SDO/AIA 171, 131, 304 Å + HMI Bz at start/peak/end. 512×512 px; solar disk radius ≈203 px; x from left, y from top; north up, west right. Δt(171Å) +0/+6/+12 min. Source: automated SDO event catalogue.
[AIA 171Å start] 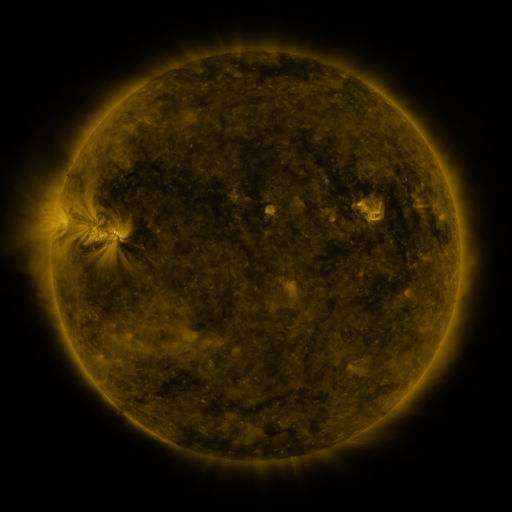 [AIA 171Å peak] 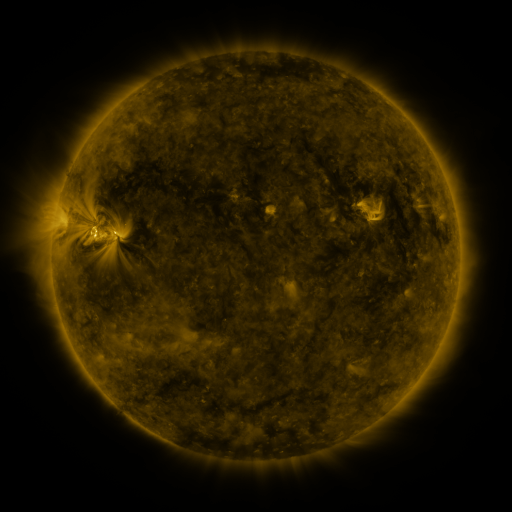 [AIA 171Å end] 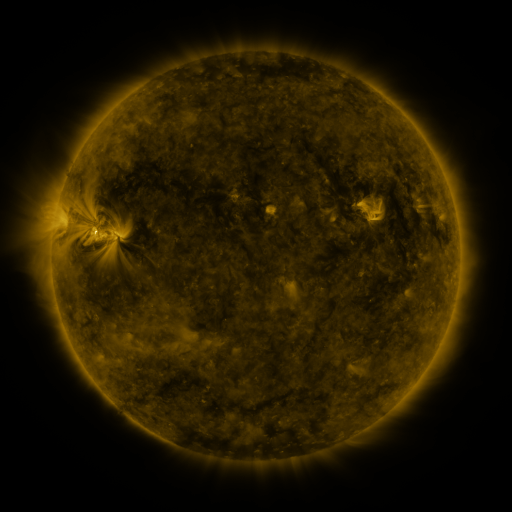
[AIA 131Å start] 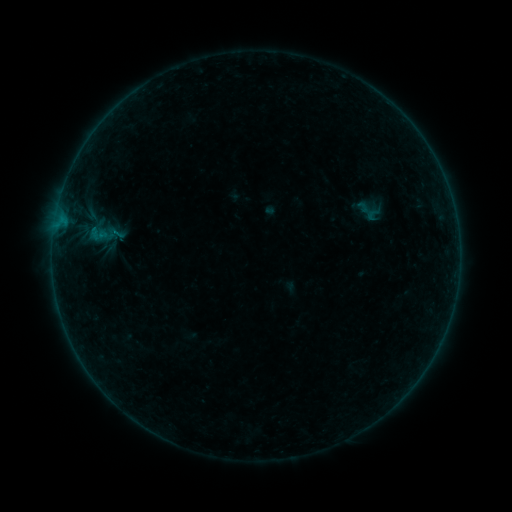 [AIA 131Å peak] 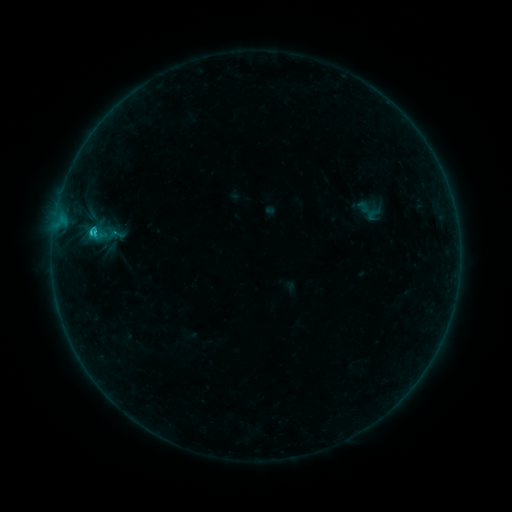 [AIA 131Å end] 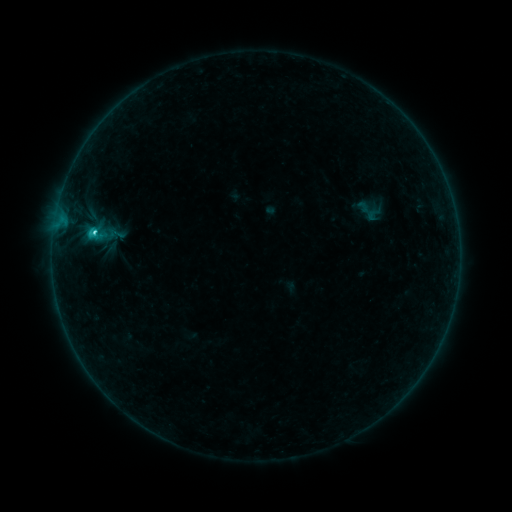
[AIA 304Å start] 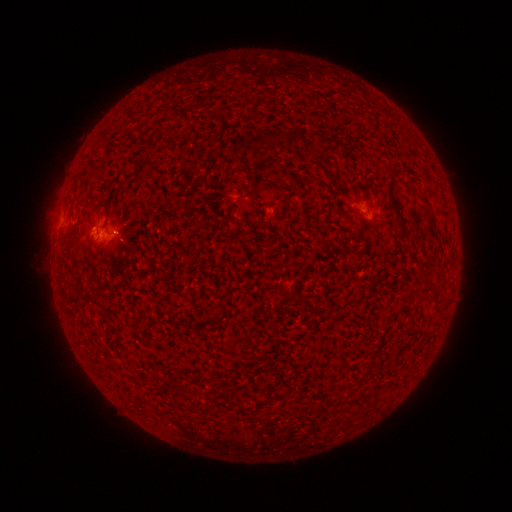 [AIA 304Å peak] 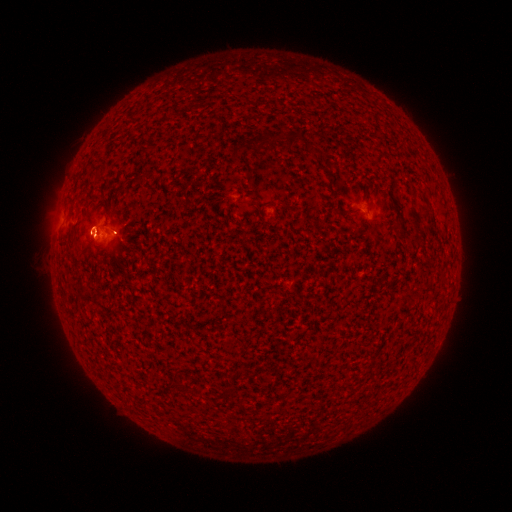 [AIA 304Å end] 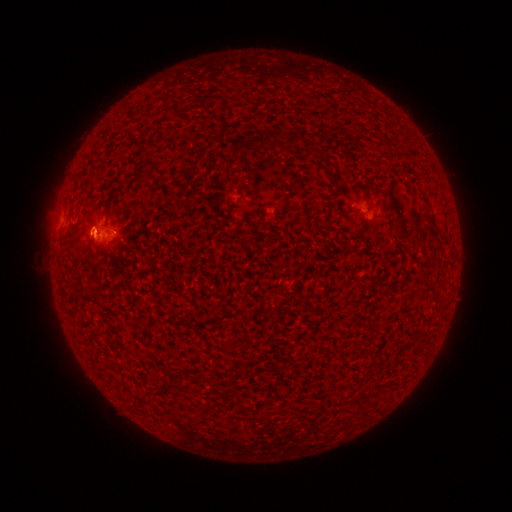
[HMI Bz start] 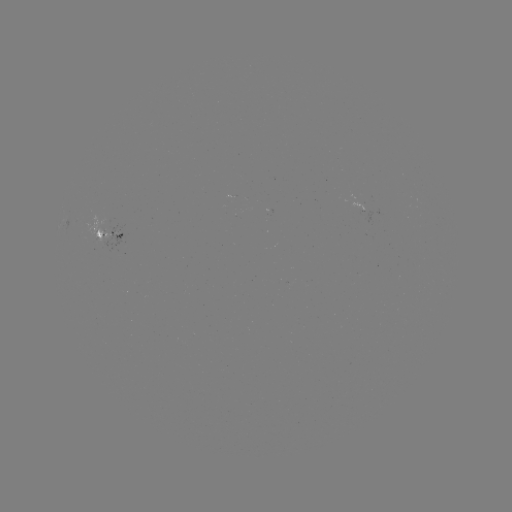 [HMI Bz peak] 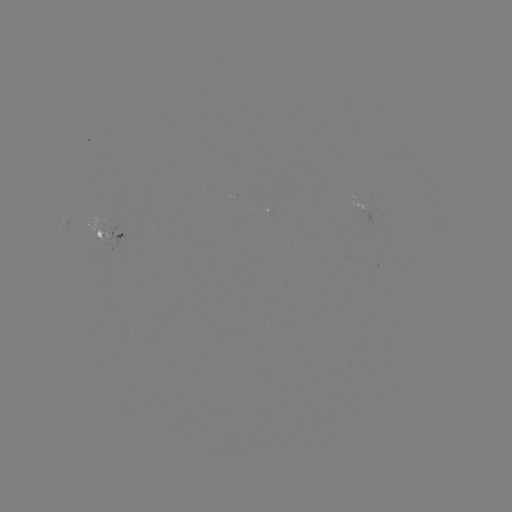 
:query C2.5 flare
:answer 96,233